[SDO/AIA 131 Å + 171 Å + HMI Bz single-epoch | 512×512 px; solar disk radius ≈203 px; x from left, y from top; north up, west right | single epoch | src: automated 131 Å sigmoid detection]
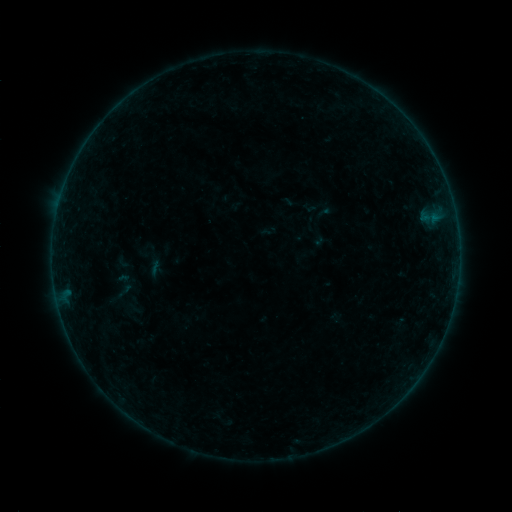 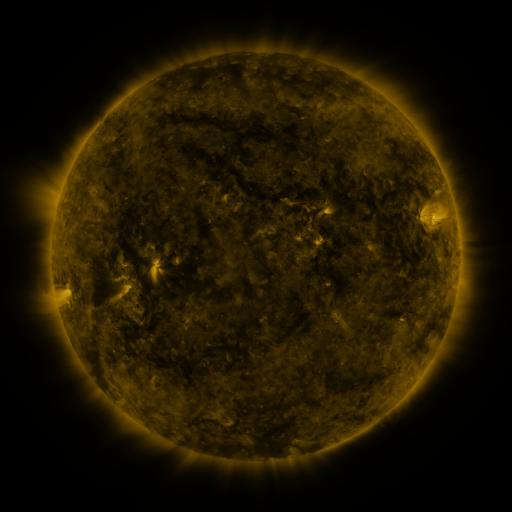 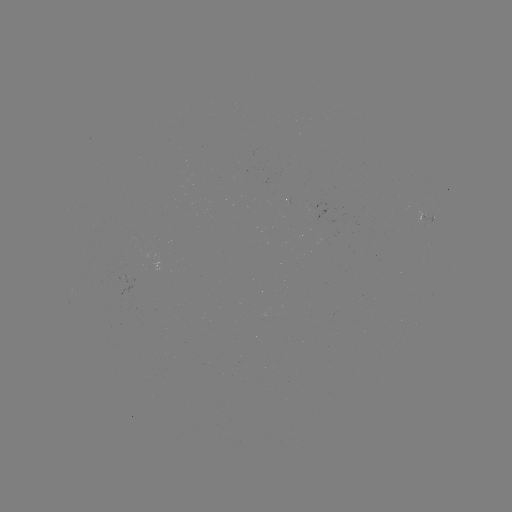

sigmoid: (144, 258, 166, 278)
